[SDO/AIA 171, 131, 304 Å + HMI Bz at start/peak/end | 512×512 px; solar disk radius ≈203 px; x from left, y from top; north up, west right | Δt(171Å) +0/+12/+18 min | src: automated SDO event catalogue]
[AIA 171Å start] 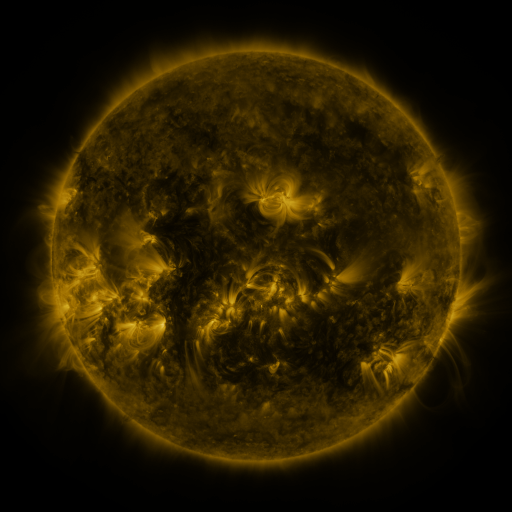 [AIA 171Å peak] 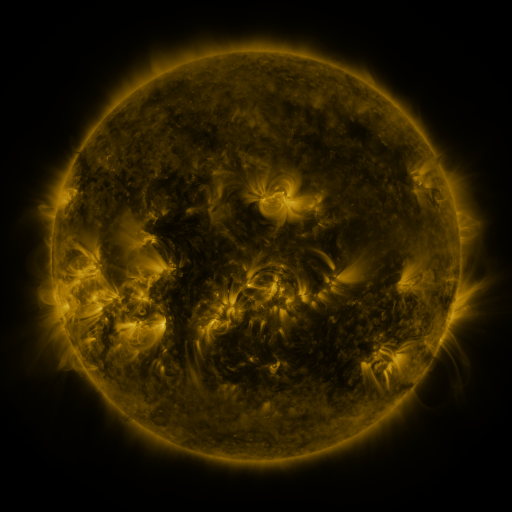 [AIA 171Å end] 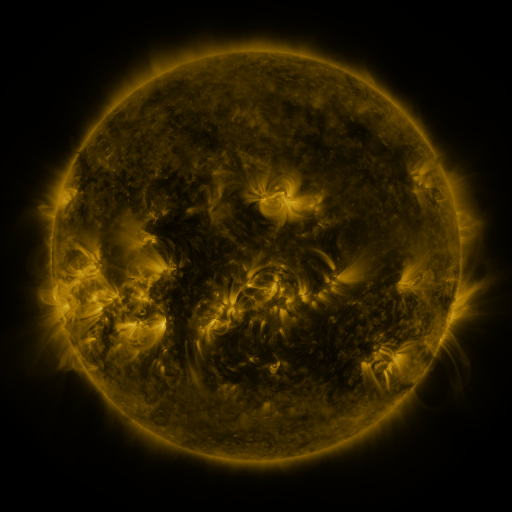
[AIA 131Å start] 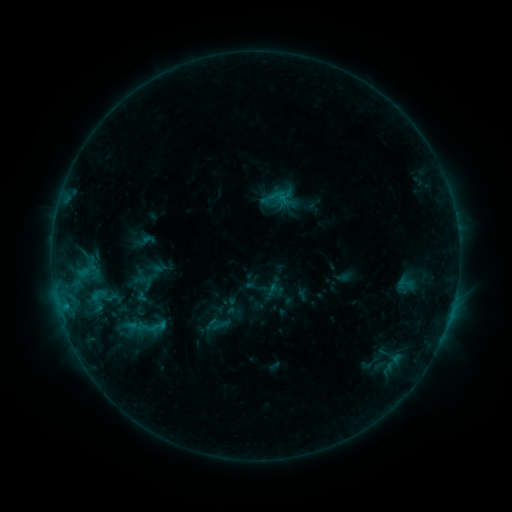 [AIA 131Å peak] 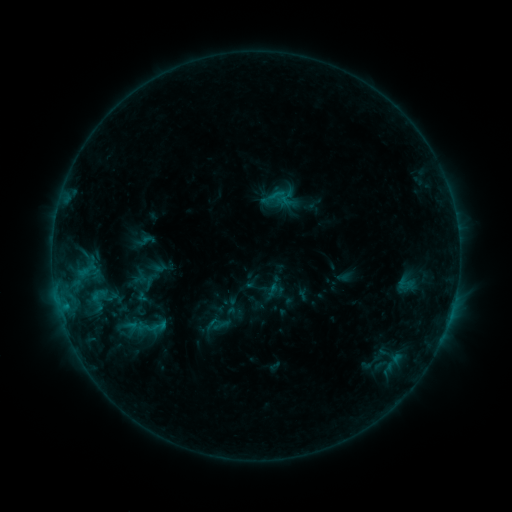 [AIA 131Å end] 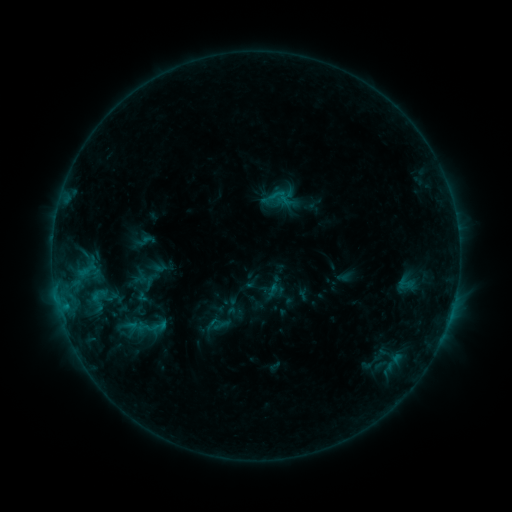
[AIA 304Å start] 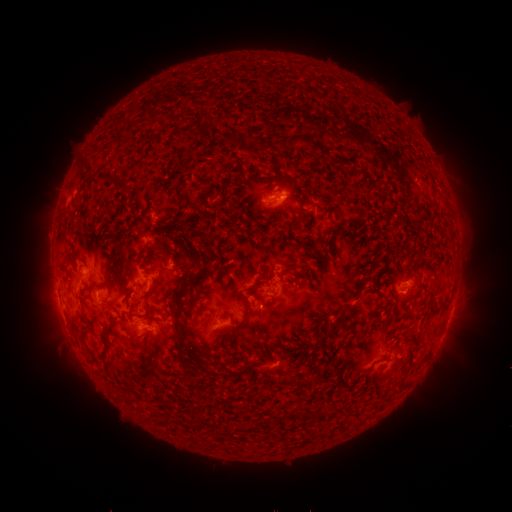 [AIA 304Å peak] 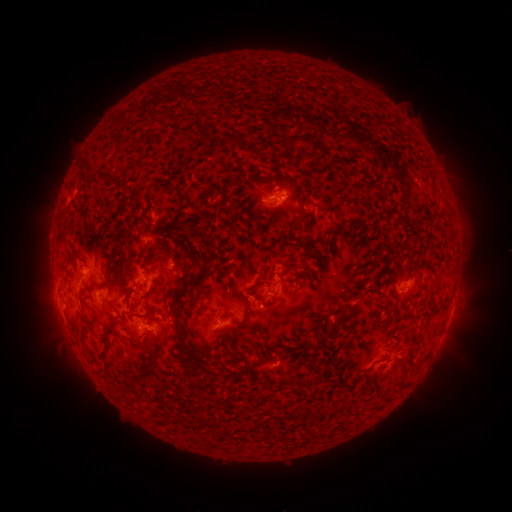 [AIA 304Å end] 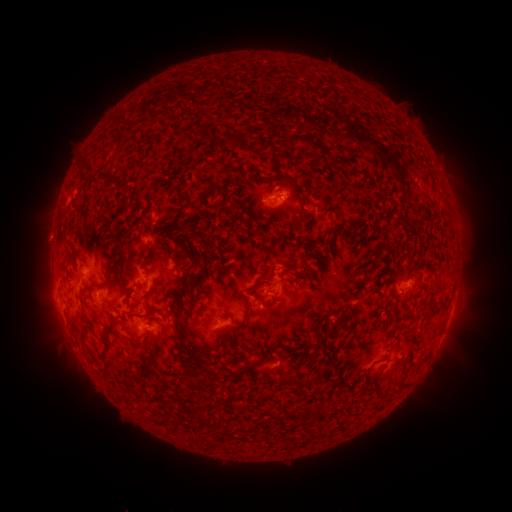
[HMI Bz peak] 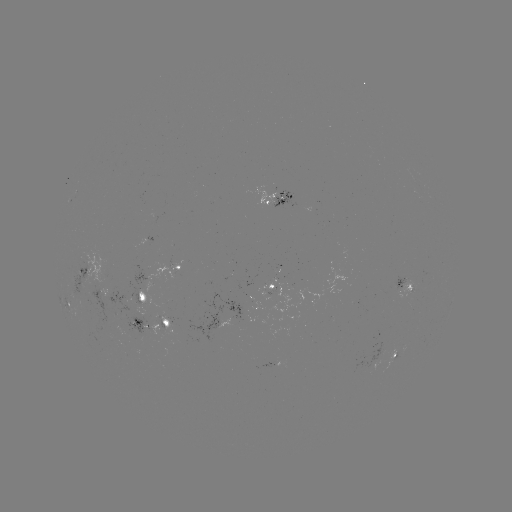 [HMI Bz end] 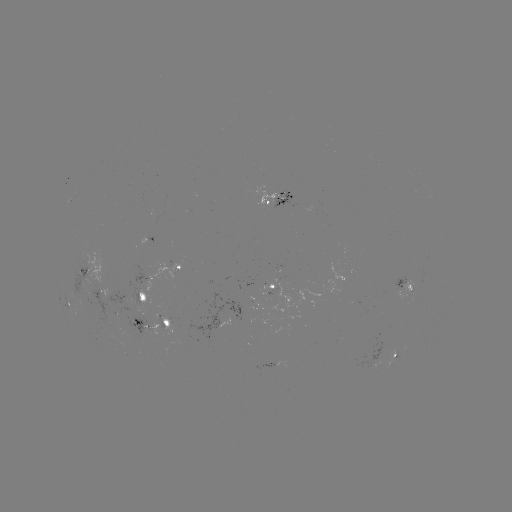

no flare in any classed list; no EUV-trigger detection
